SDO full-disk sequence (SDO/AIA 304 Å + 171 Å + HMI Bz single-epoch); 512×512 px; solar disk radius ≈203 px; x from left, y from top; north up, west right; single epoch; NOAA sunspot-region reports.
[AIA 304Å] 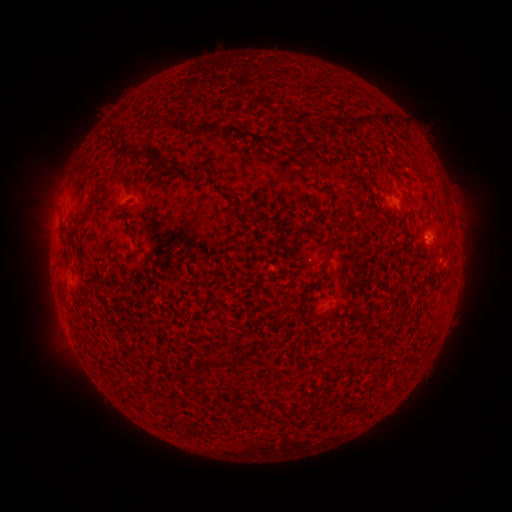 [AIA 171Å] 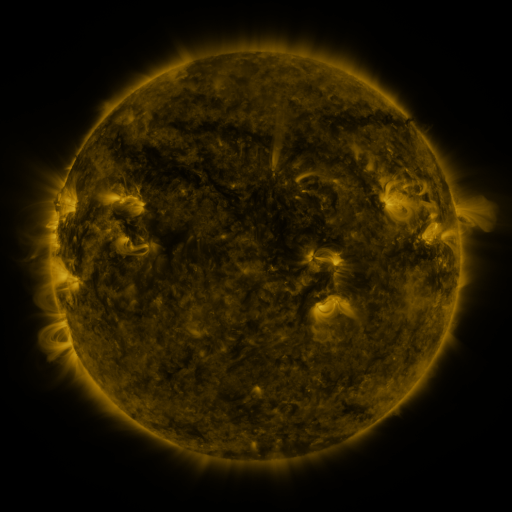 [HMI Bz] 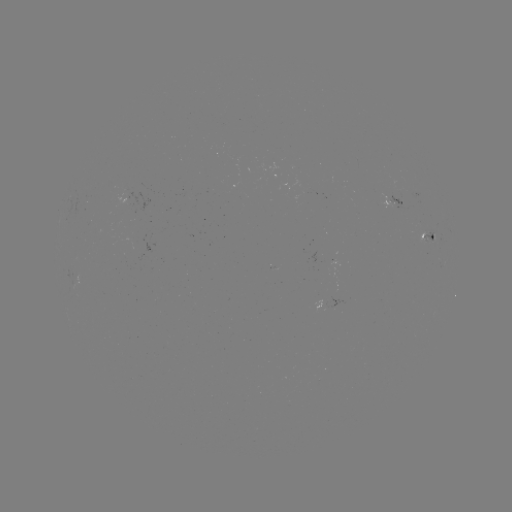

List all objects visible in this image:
spotted active region: (395, 201)
spotted active region: (428, 240)
spotted active region: (336, 299)
